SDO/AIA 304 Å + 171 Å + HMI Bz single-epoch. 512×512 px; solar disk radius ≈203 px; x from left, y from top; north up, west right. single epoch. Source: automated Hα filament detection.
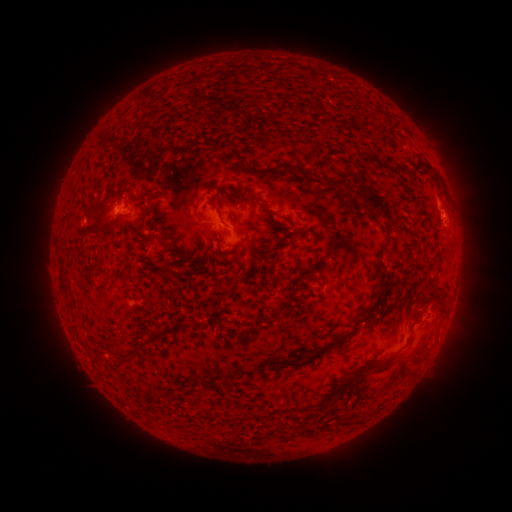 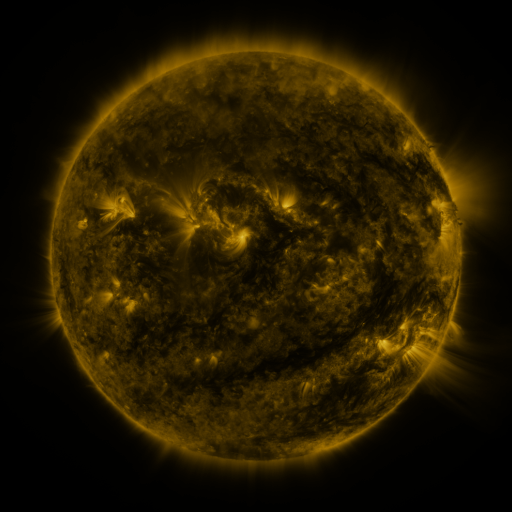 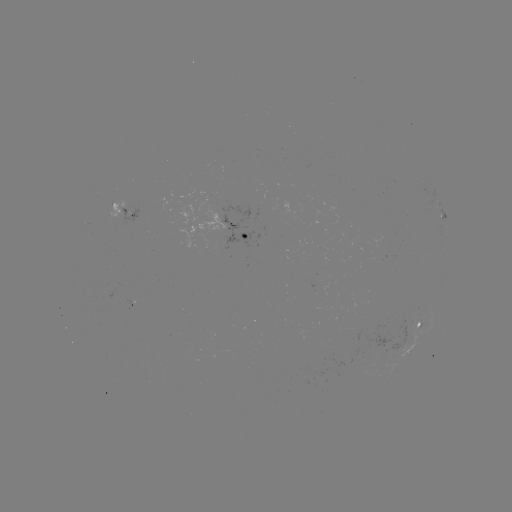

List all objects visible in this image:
filament: <bbox>302, 170, 314, 179</bbox>
filament: <bbox>324, 174, 357, 196</bbox>
filament: <bbox>362, 187, 371, 196</bbox>
filament: <bbox>360, 191, 394, 223</bbox>
filament: <bbox>235, 193, 242, 206</bbox>
filament: <bbox>260, 203, 275, 220</bbox>
filament: <bbox>213, 204, 223, 222</bbox>
filament: <bbox>79, 225, 98, 233</bbox>
filament: <bbox>139, 234, 152, 245</bbox>
filament: <bbox>58, 254, 67, 264</bbox>
filament: <bbox>158, 267, 174, 280</bbox>
filament: <bbox>58, 275, 68, 290</bbox>
filament: <bbox>304, 275, 316, 283</bbox>
filament: <bbox>423, 281, 446, 302</bbox>
filament: <bbox>331, 293, 382, 347</bbox>
filament: <bbox>154, 325, 165, 336</bbox>
filament: <bbox>307, 348, 318, 360</bbox>
filament: <bbox>348, 357, 392, 377</bbox>
filament: <bbox>274, 361, 285, 370</bbox>
filament: <bbox>336, 380, 347, 389</bbox>
